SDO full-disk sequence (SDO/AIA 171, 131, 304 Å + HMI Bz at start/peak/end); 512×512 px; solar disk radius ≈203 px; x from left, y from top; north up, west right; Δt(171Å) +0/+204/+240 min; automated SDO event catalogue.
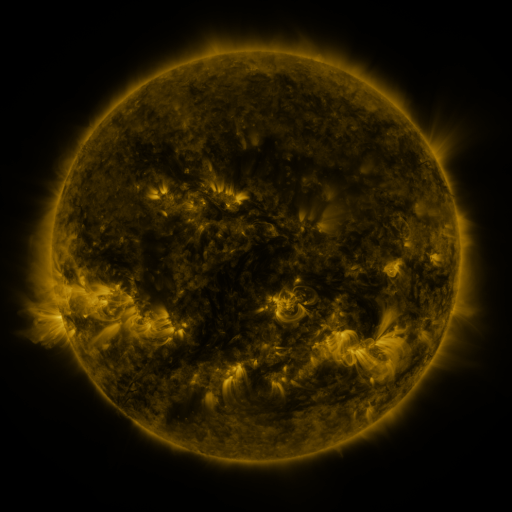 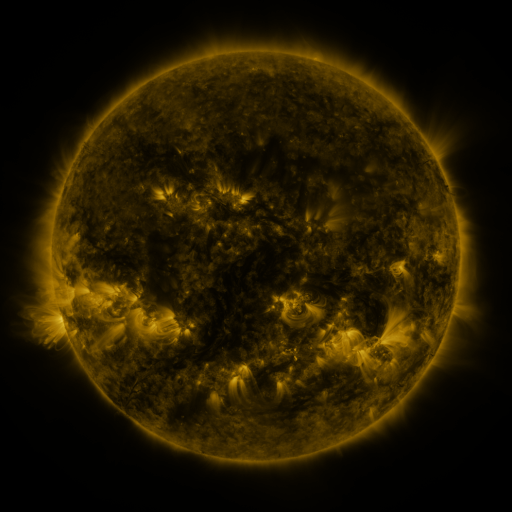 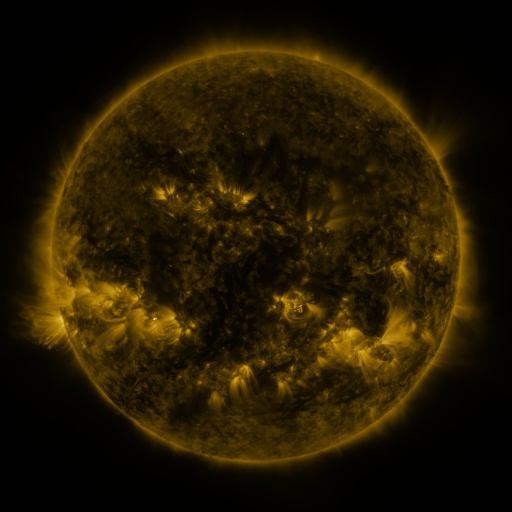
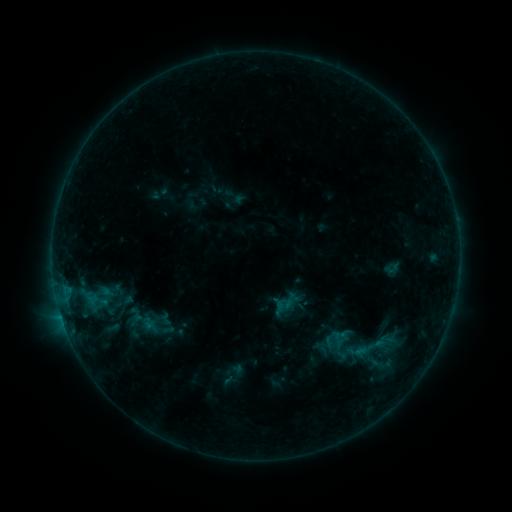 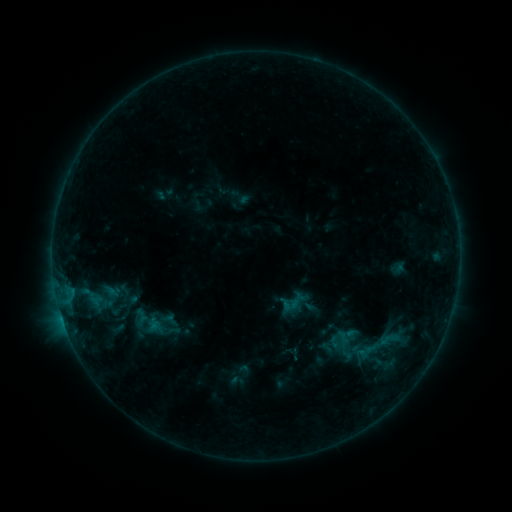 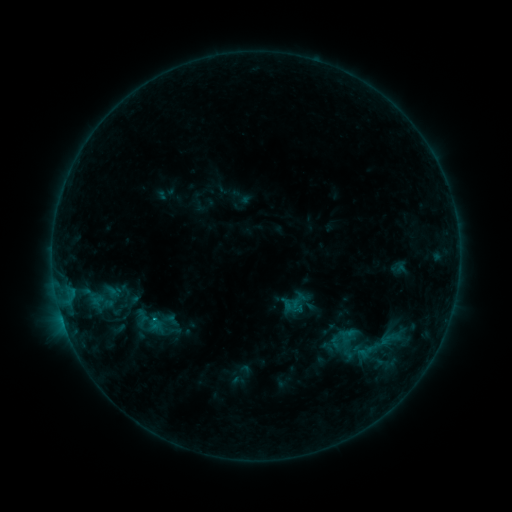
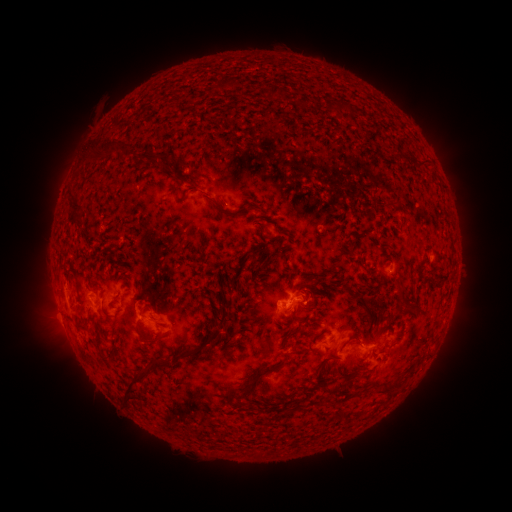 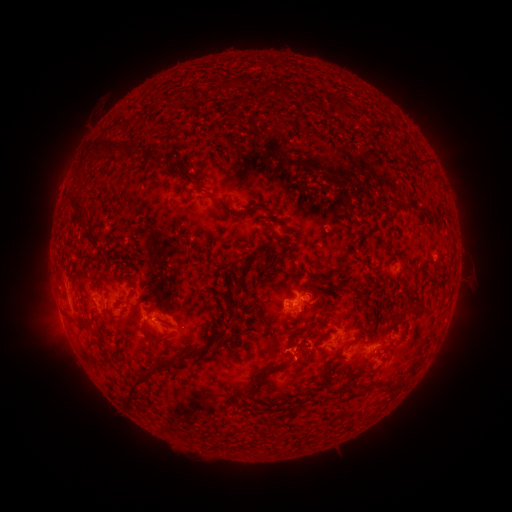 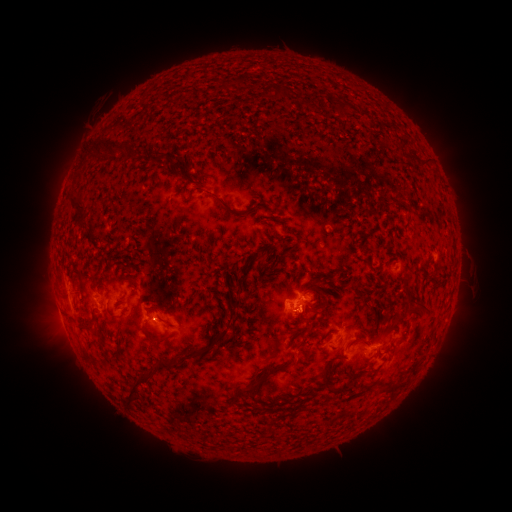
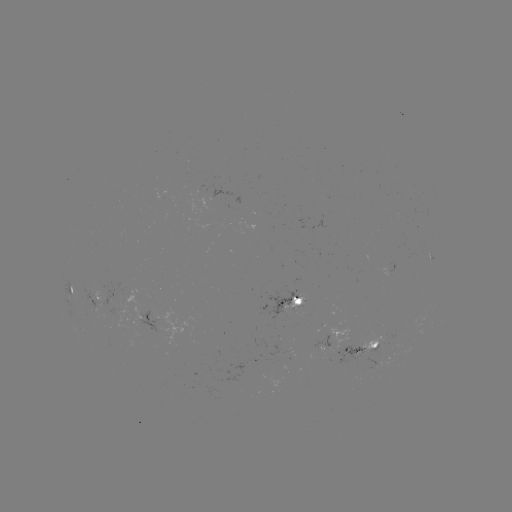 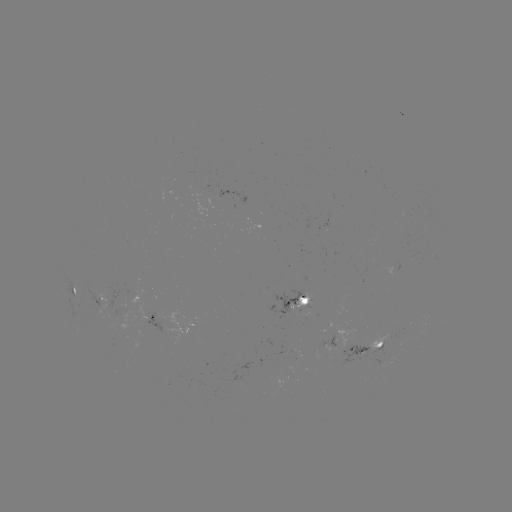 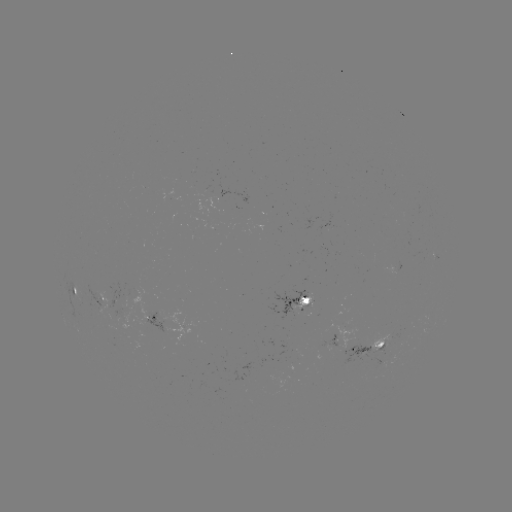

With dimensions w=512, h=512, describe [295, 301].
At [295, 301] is emerging-flux region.